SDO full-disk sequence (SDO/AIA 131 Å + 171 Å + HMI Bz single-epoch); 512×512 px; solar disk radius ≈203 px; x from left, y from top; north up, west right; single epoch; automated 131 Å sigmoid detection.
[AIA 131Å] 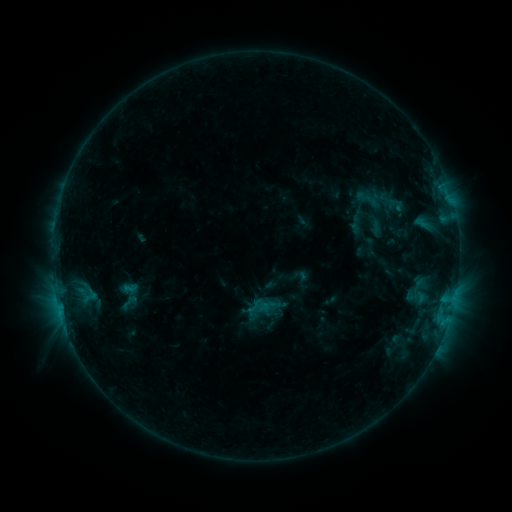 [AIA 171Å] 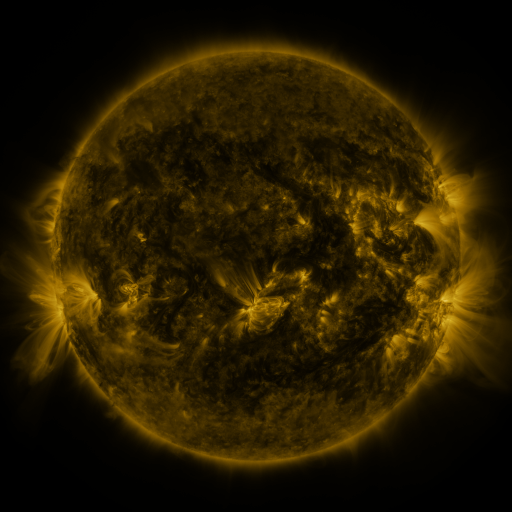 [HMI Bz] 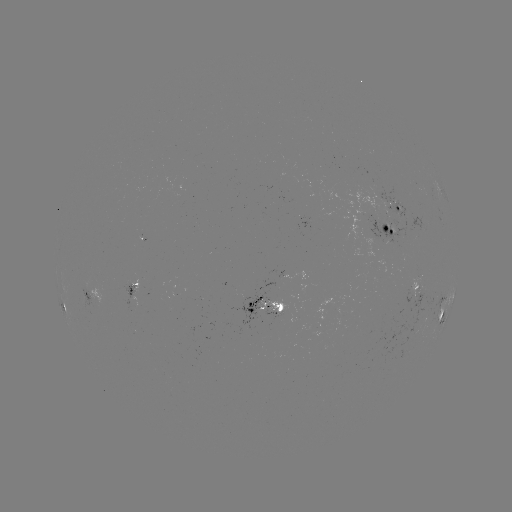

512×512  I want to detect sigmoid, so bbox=[404, 289, 418, 303].